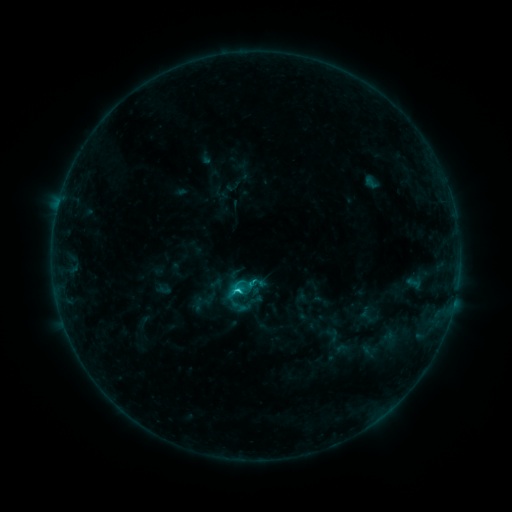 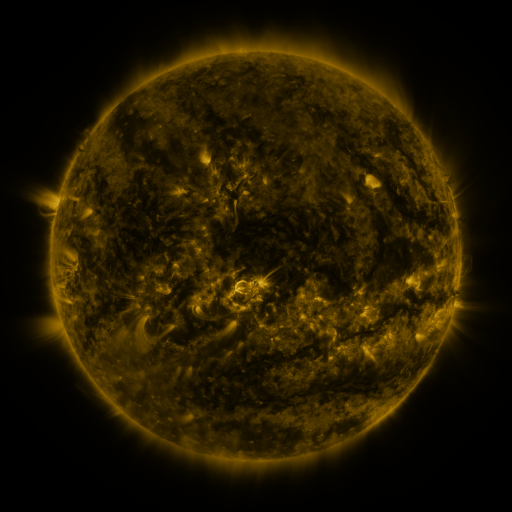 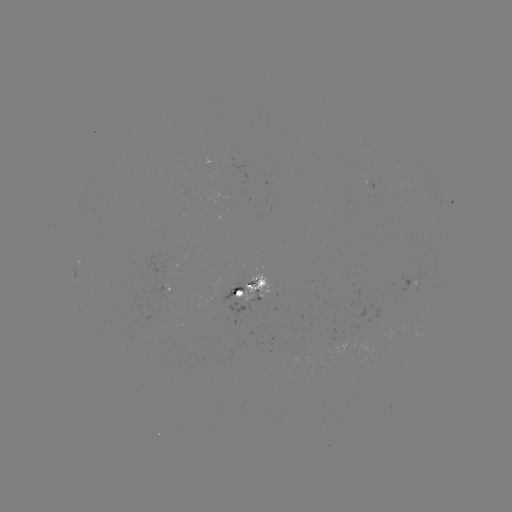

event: sigmoid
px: (238, 294)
